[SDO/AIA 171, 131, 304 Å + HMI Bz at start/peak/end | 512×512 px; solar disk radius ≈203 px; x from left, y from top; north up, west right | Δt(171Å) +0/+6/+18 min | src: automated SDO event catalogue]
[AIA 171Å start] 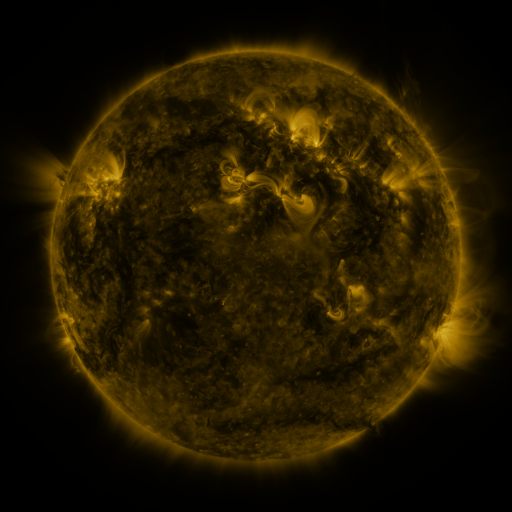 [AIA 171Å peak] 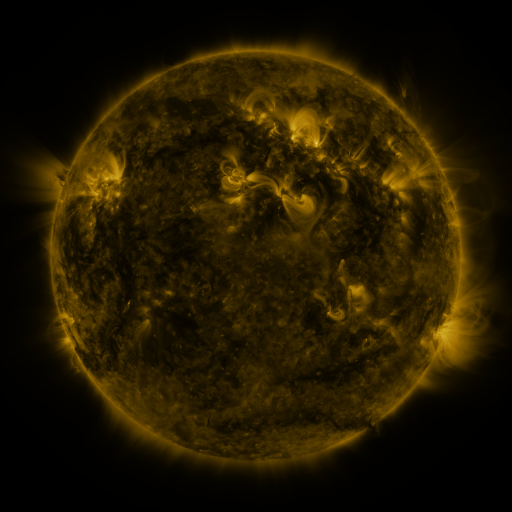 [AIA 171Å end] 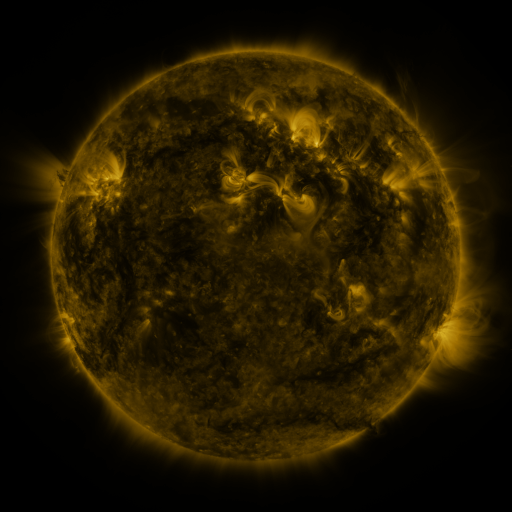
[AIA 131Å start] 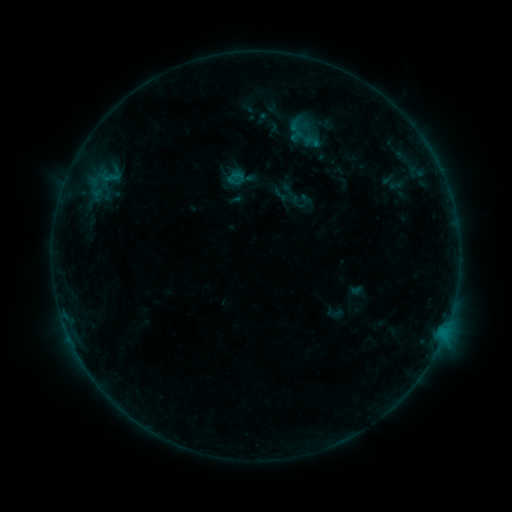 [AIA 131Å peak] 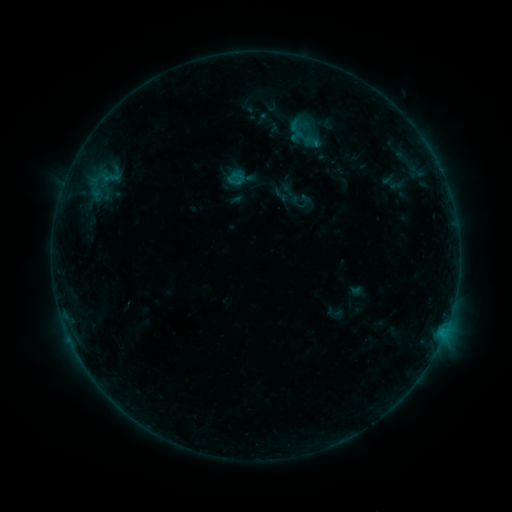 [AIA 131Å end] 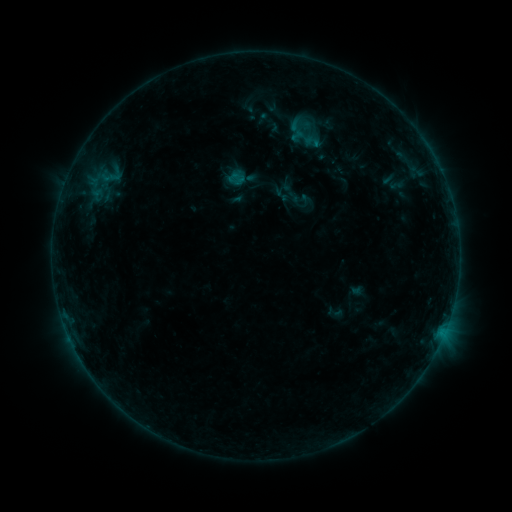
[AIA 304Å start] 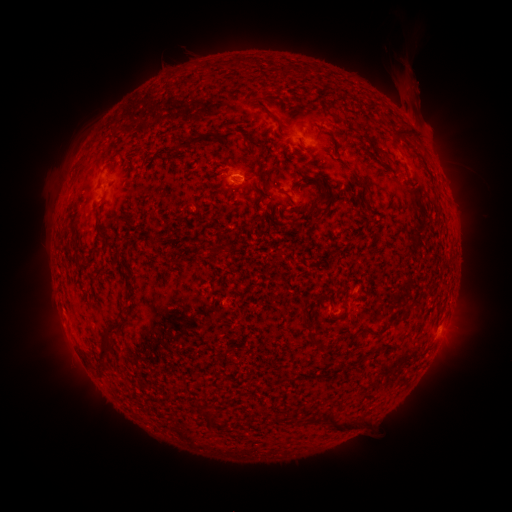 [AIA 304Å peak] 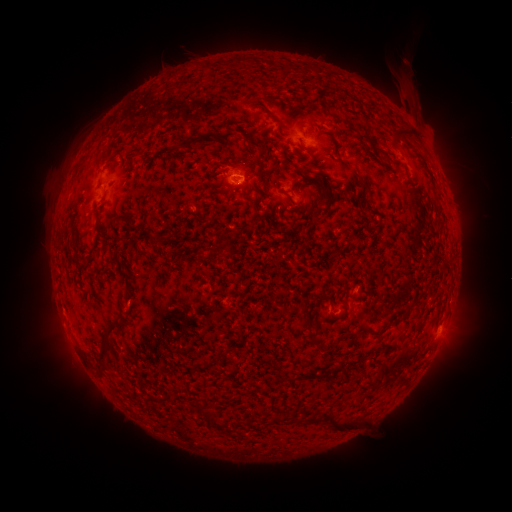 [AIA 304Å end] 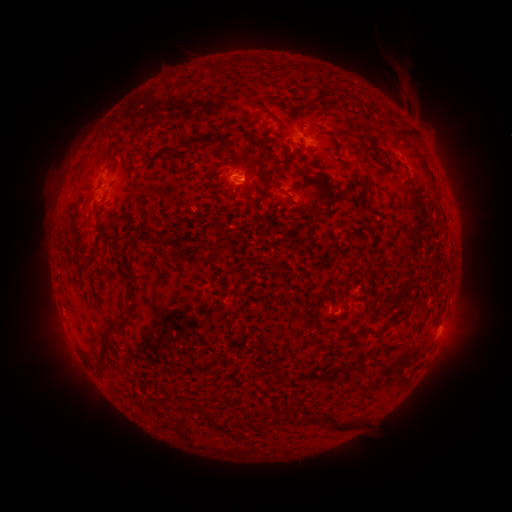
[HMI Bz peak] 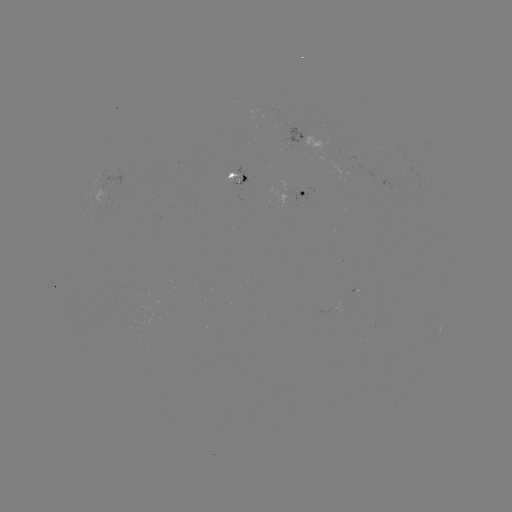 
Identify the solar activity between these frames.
B3.1 flare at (245, 182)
